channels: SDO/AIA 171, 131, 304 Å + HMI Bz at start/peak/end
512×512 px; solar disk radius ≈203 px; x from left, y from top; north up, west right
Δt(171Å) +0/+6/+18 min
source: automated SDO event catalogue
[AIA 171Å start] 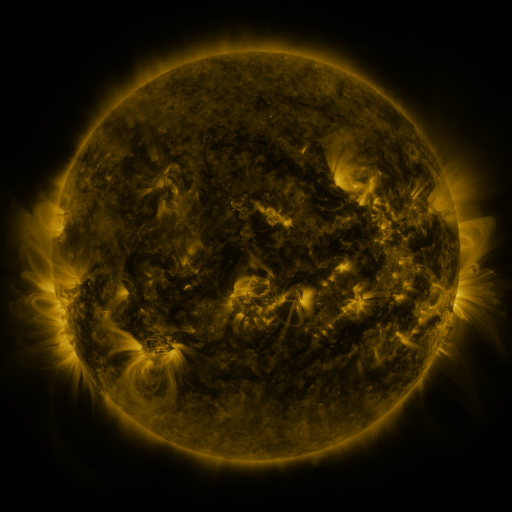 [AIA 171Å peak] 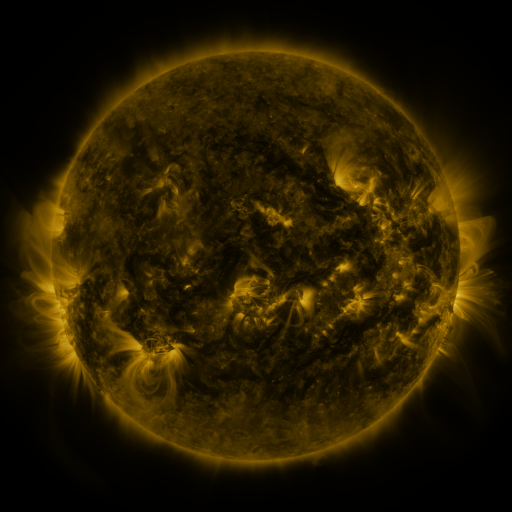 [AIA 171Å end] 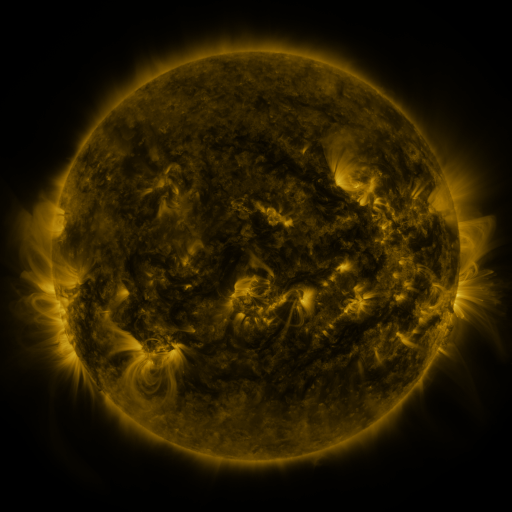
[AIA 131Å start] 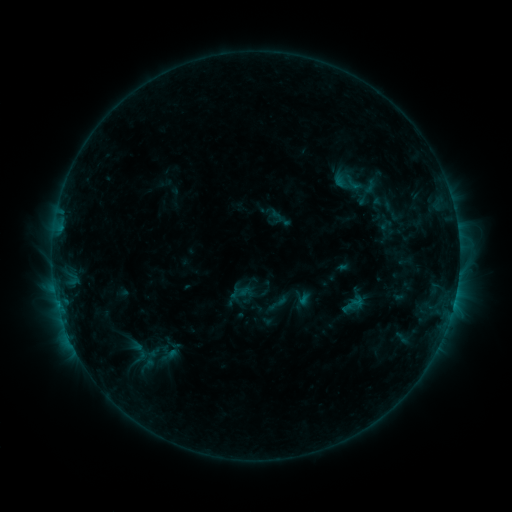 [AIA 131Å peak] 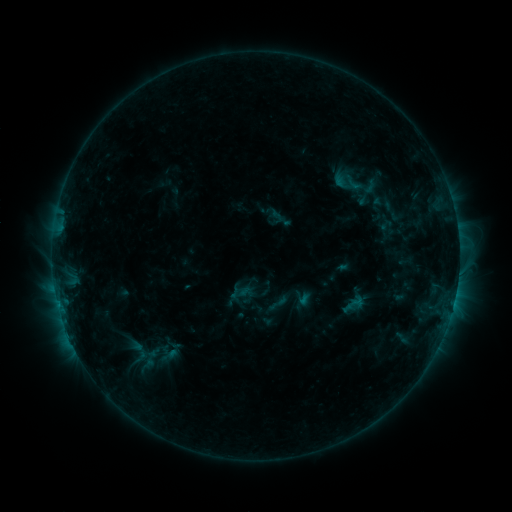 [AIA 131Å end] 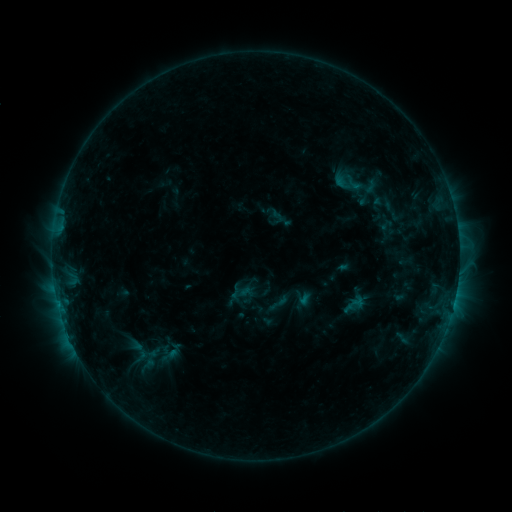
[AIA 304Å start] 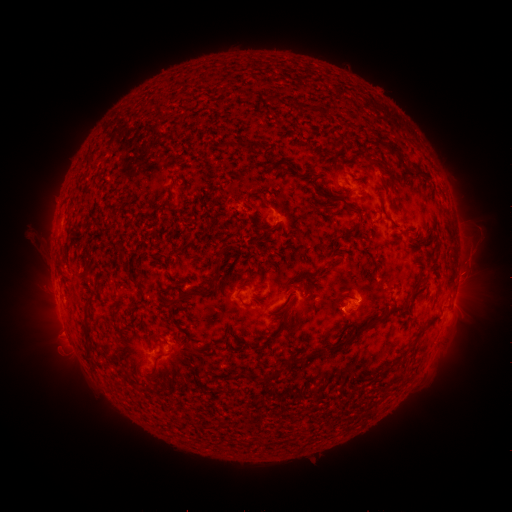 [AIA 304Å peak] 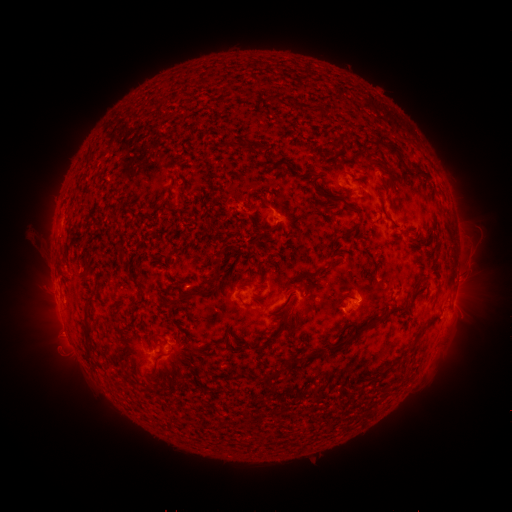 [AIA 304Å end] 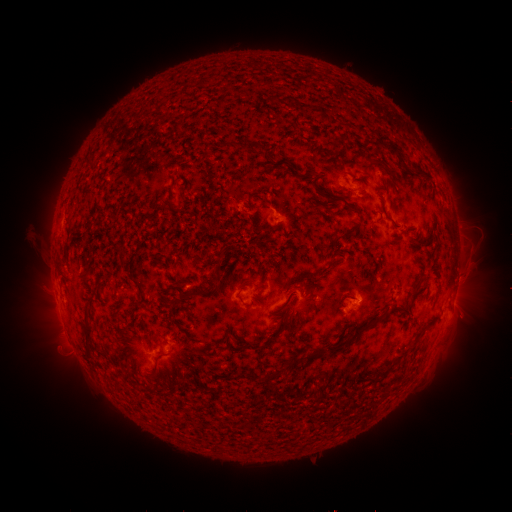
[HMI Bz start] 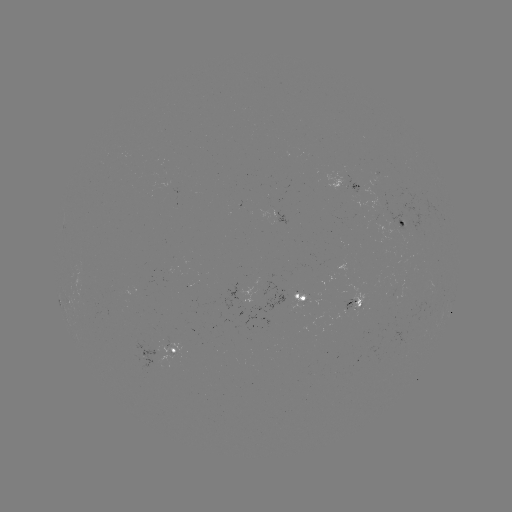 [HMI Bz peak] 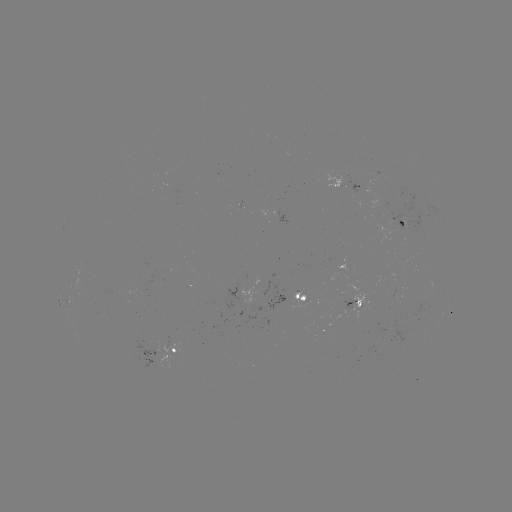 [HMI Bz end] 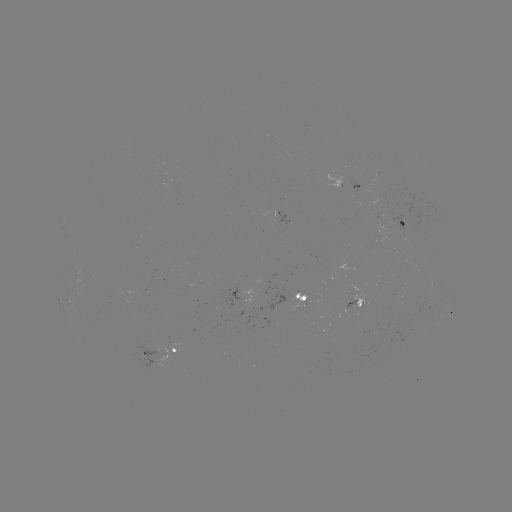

nothing was catalogued: no classed flare, no EUV trigger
